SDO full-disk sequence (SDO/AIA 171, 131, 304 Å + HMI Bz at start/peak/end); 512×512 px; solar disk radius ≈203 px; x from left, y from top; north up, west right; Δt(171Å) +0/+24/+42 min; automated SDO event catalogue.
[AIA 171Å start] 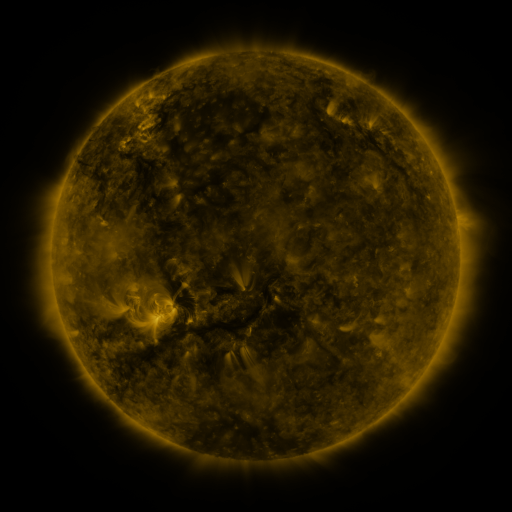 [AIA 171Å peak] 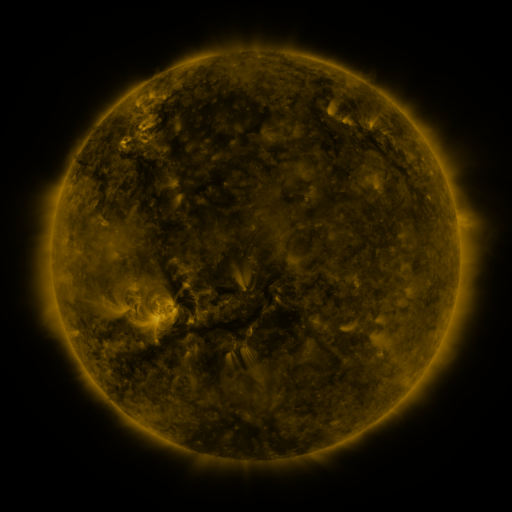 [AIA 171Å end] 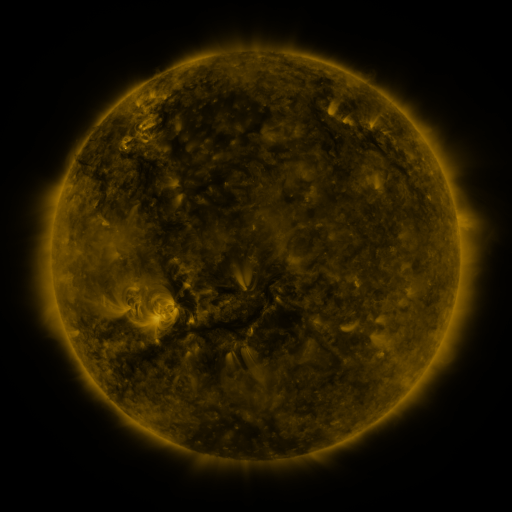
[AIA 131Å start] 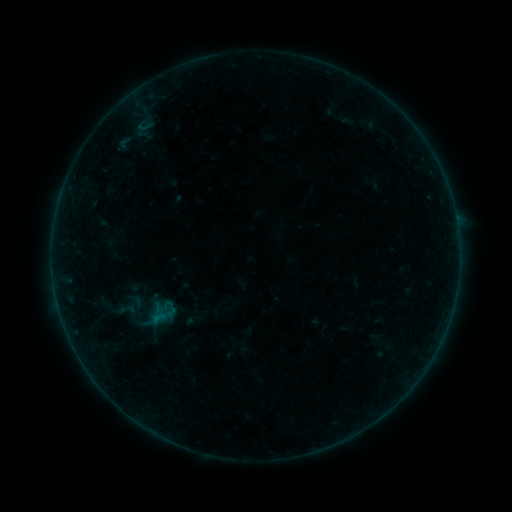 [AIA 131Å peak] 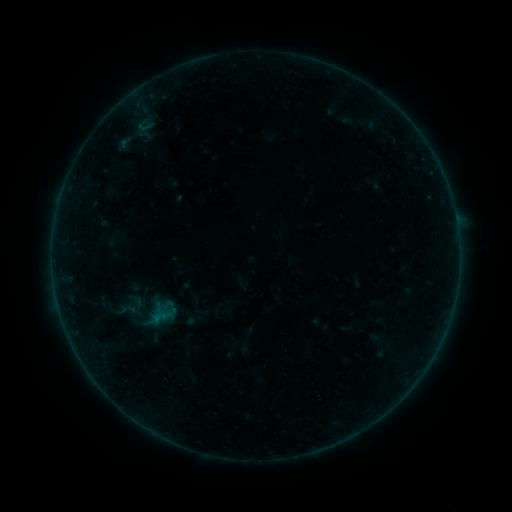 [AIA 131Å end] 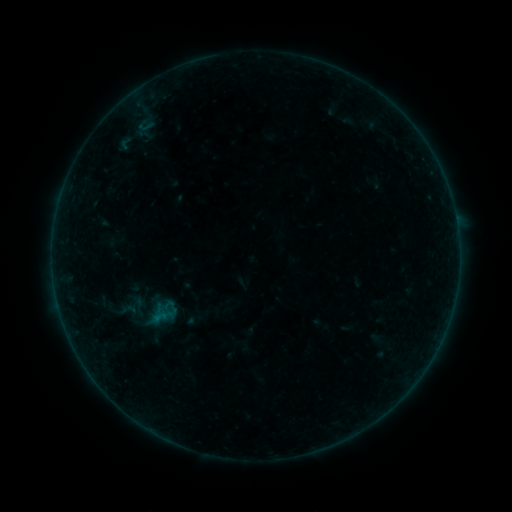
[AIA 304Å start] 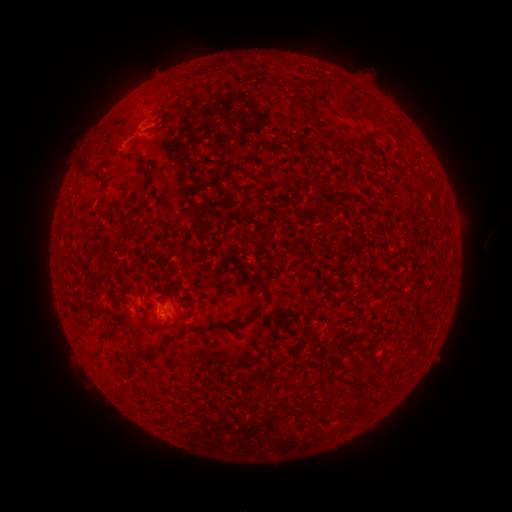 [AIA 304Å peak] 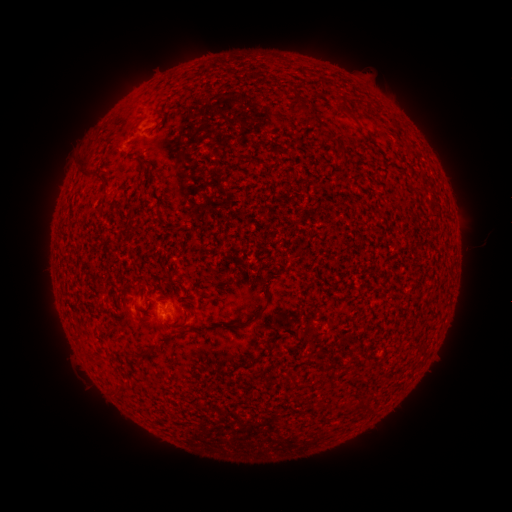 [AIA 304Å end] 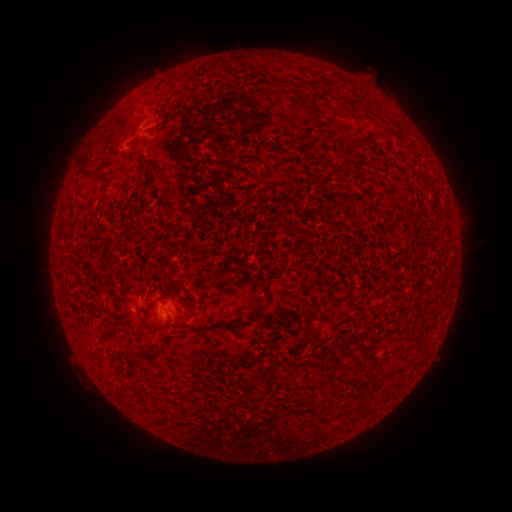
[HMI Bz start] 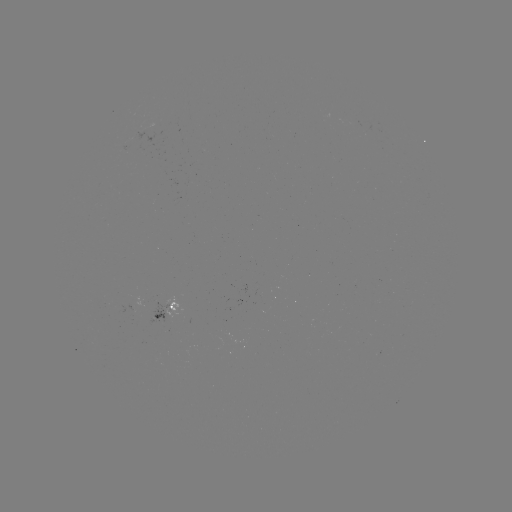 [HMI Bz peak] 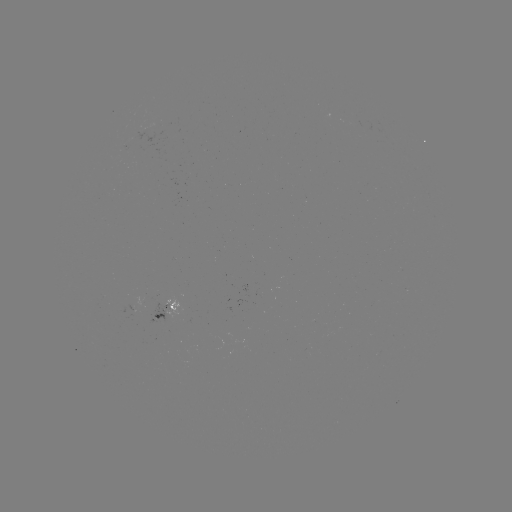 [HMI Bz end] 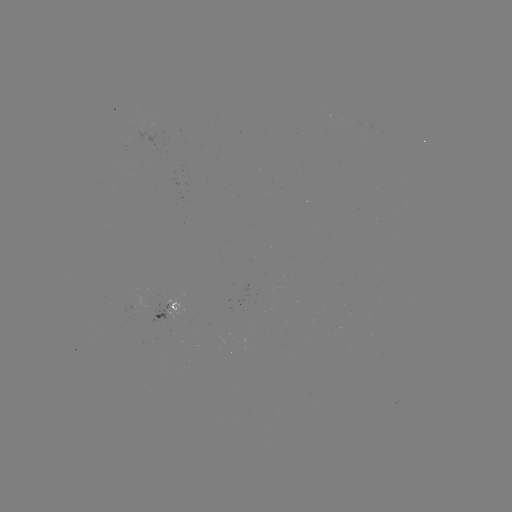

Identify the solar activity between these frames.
no classed flare was catalogued and no EUV brightening was flagged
